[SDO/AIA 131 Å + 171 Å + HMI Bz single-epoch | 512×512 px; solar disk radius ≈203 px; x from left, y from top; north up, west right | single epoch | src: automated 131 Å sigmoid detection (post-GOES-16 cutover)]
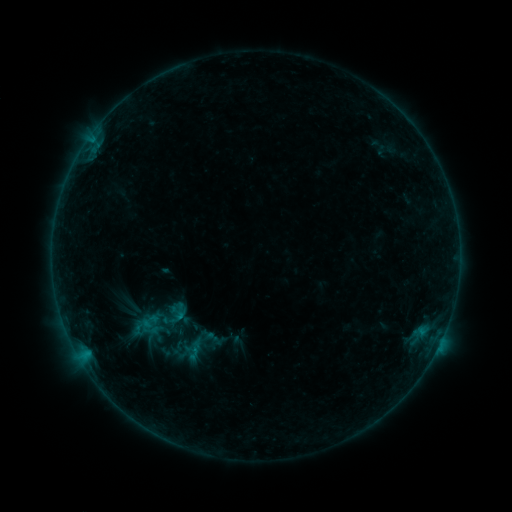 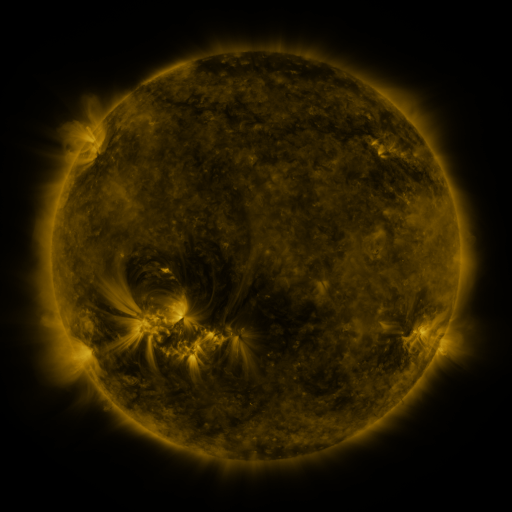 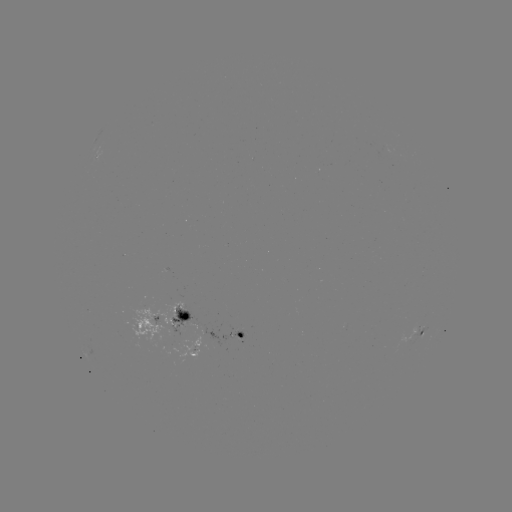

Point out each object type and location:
sigmoid: [154, 299, 193, 331]
